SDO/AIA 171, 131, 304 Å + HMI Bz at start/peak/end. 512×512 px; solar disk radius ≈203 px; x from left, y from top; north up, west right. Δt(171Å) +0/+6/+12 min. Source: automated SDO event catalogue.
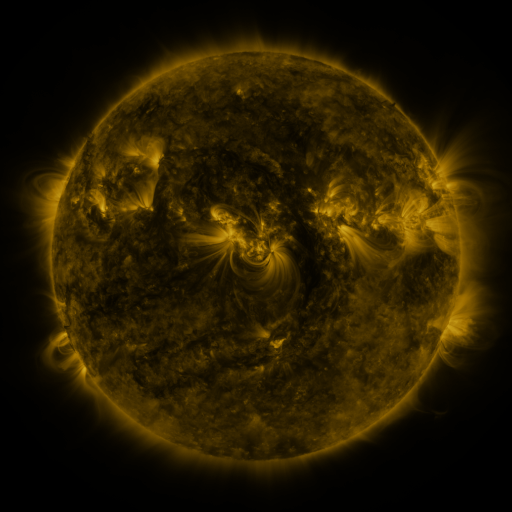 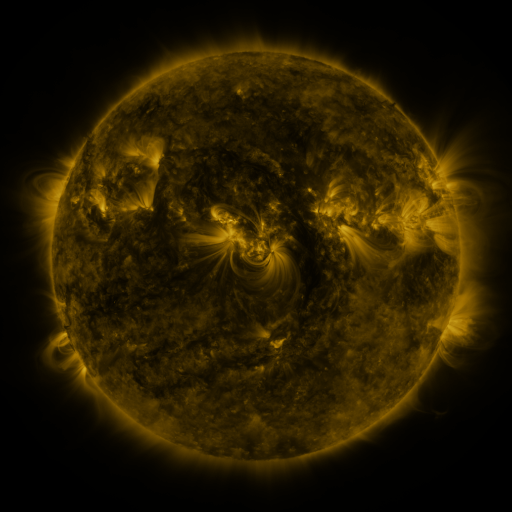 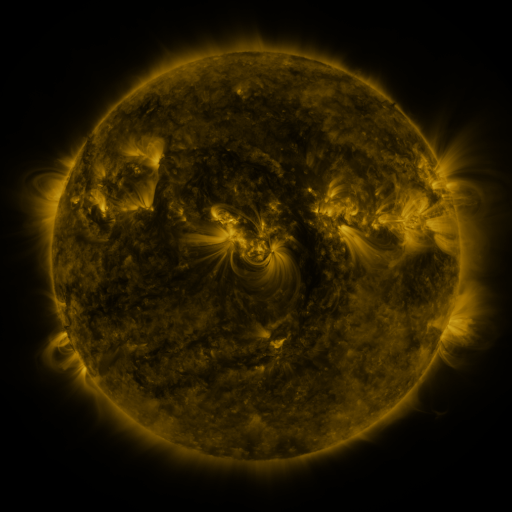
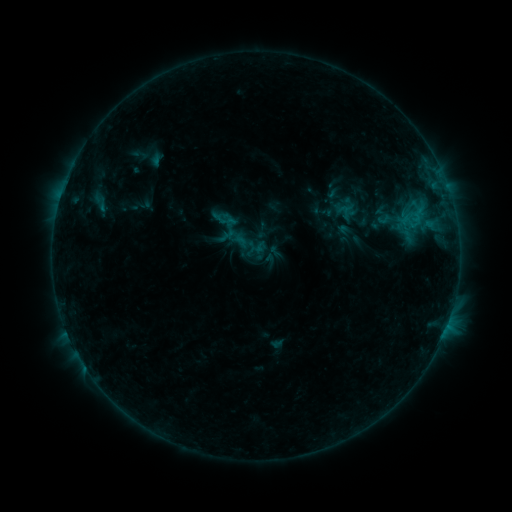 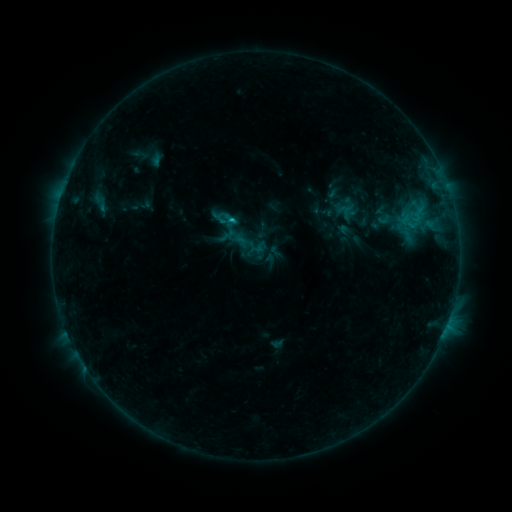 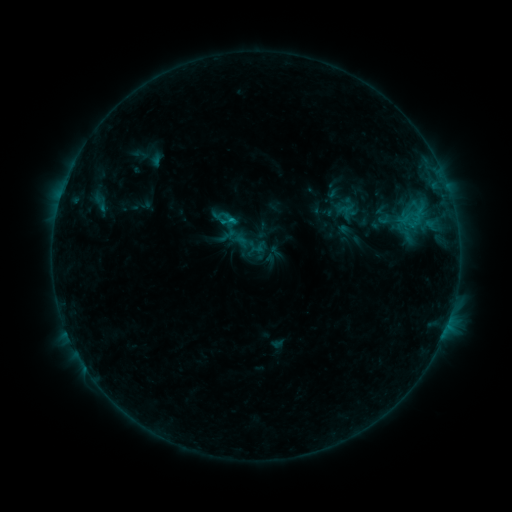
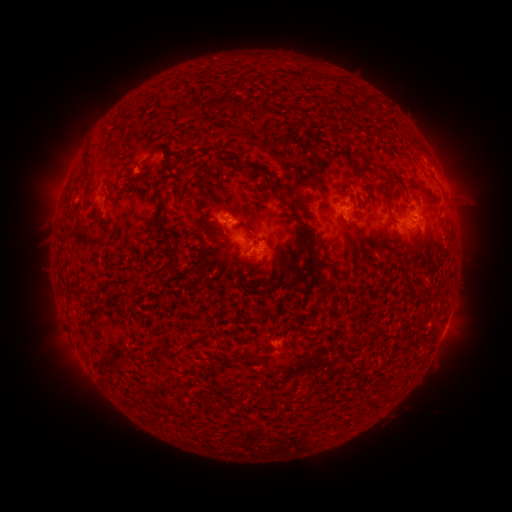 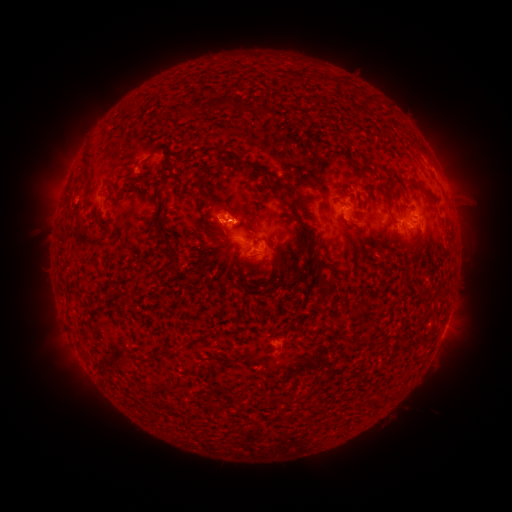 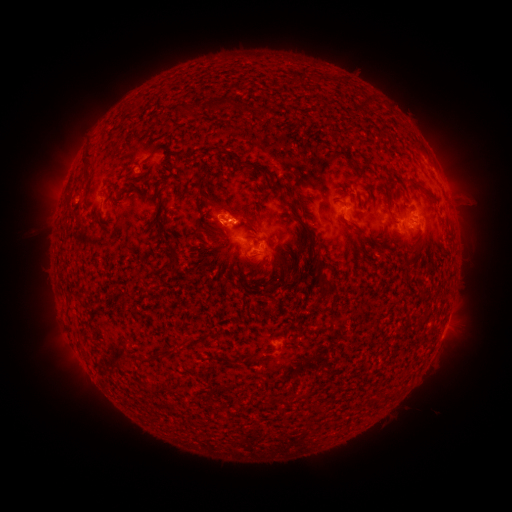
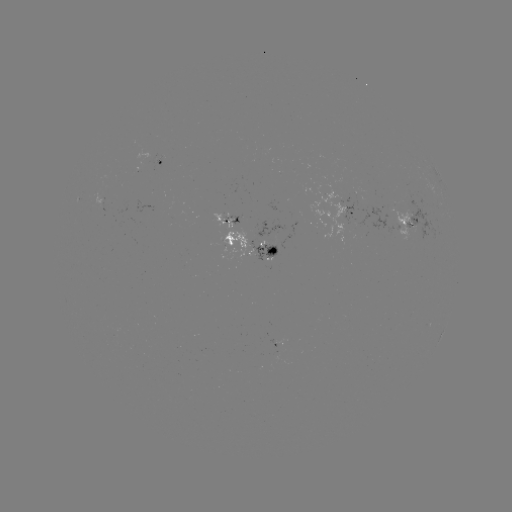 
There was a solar flare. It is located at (231, 223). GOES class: C1.0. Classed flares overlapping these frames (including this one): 1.